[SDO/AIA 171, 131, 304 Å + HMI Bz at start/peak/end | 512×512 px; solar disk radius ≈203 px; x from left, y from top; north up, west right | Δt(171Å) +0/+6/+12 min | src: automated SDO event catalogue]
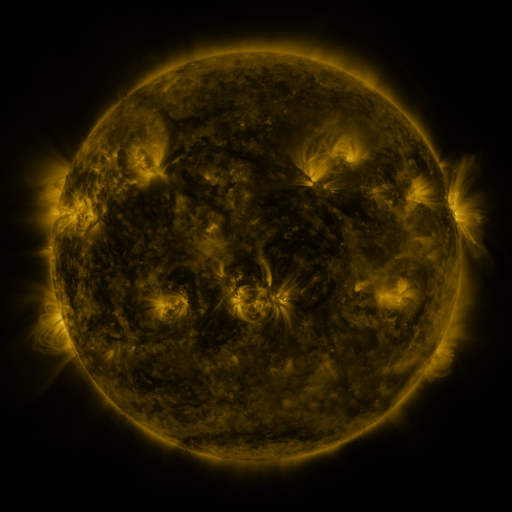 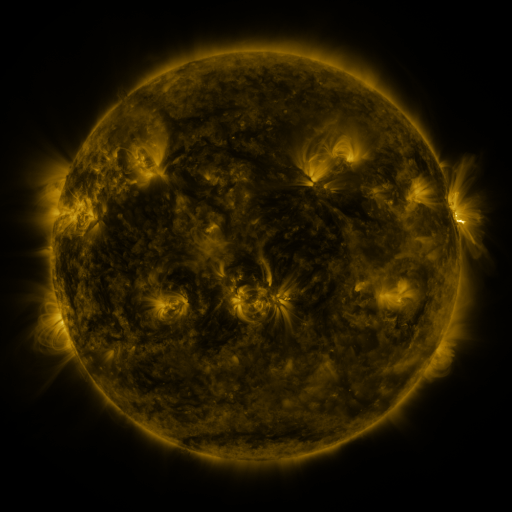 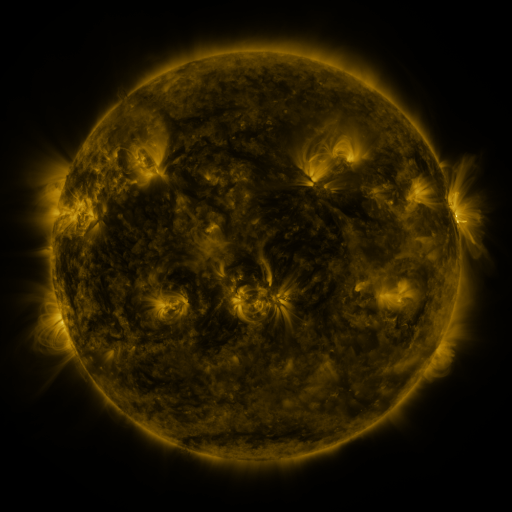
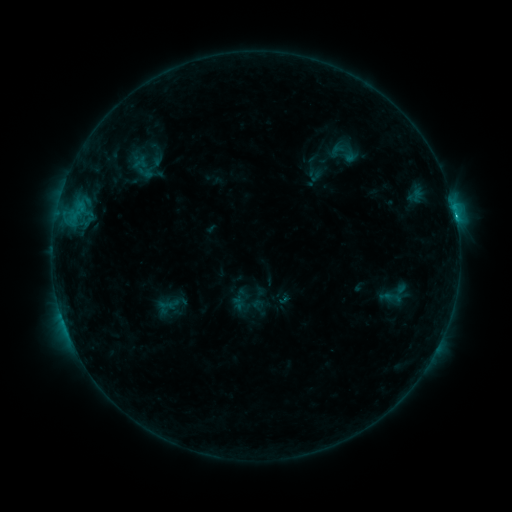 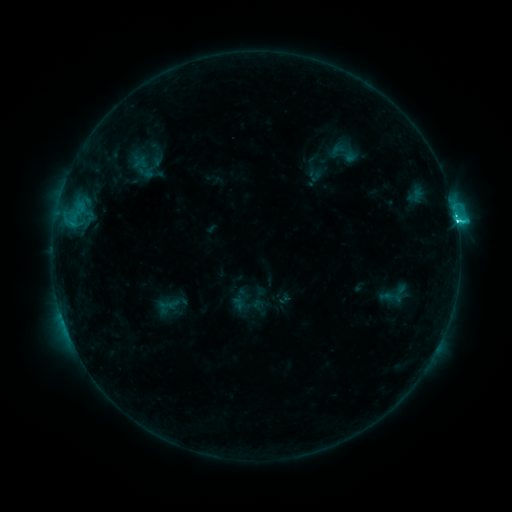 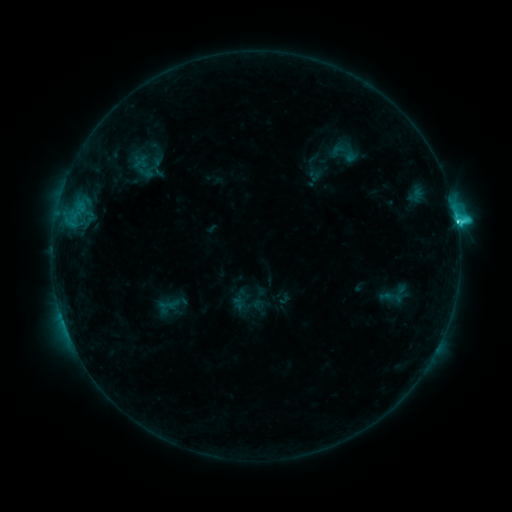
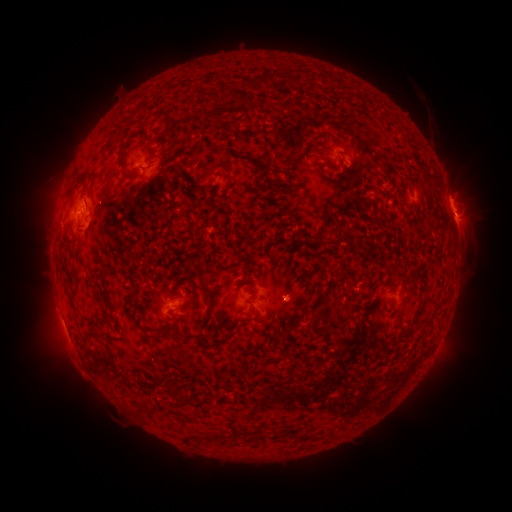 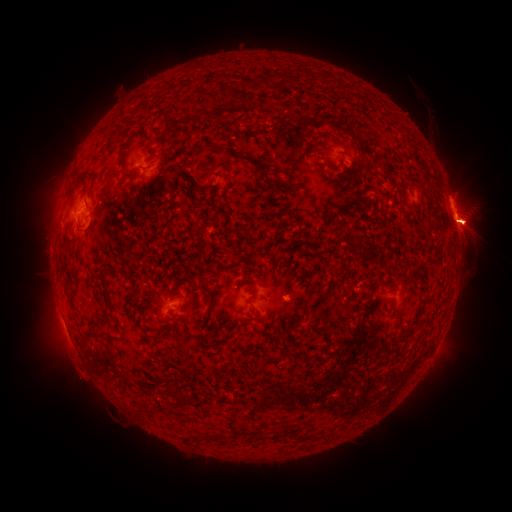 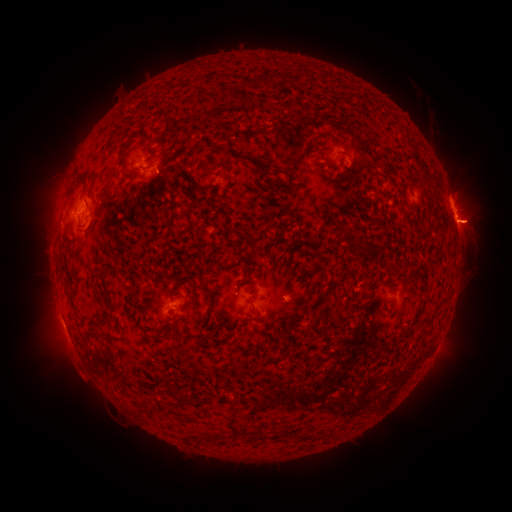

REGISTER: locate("C4.4 flare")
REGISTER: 456,223